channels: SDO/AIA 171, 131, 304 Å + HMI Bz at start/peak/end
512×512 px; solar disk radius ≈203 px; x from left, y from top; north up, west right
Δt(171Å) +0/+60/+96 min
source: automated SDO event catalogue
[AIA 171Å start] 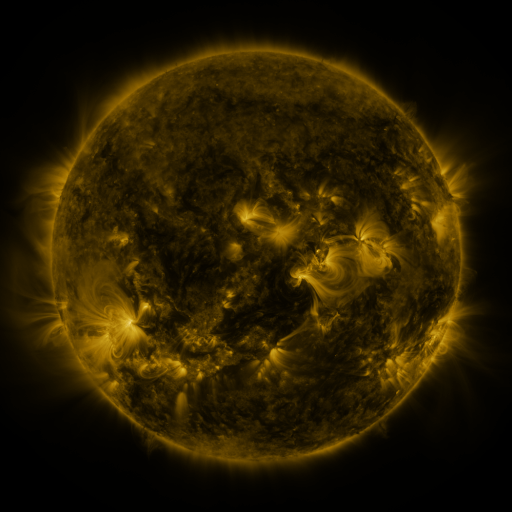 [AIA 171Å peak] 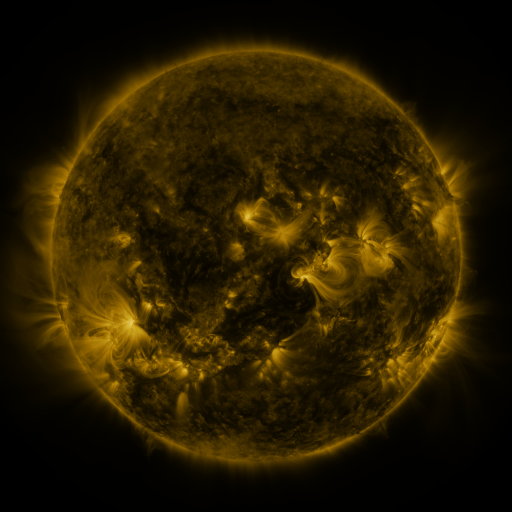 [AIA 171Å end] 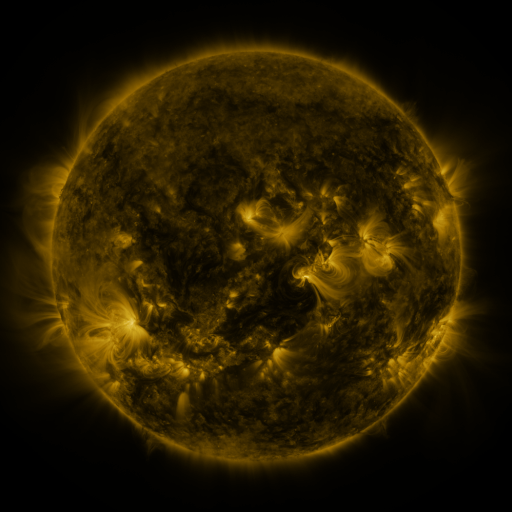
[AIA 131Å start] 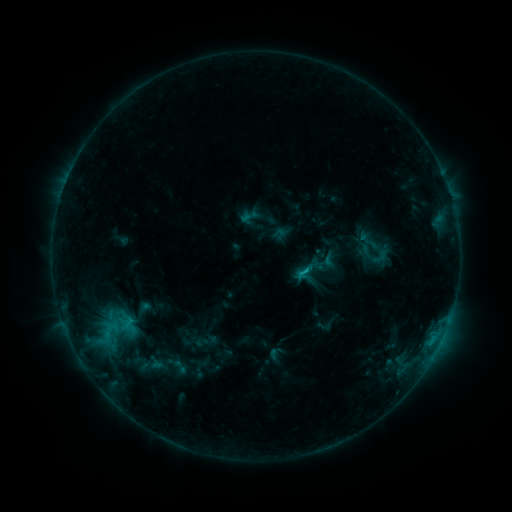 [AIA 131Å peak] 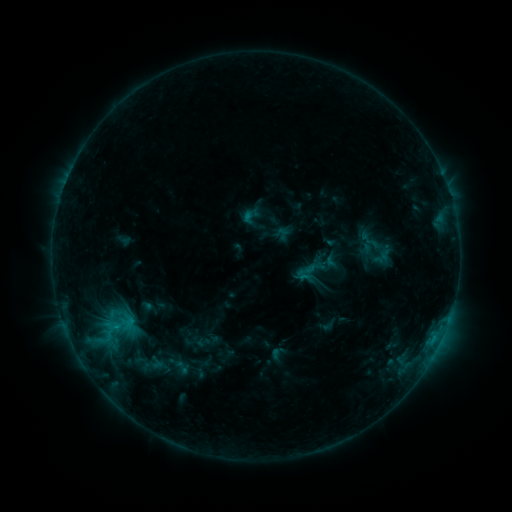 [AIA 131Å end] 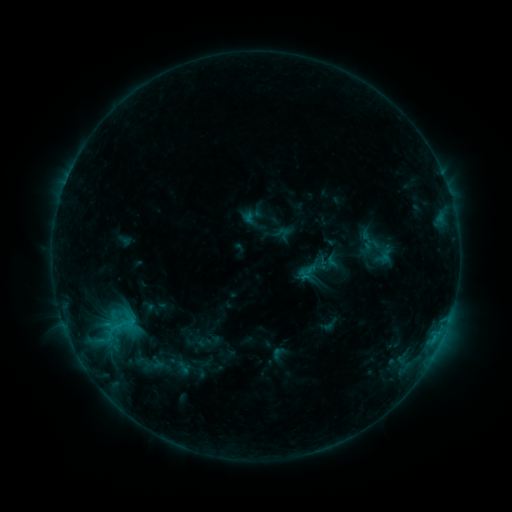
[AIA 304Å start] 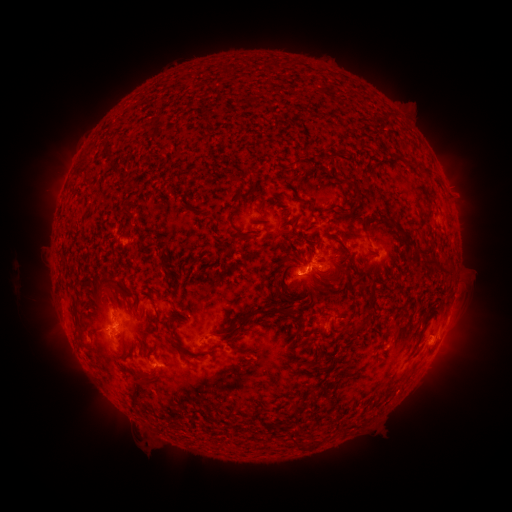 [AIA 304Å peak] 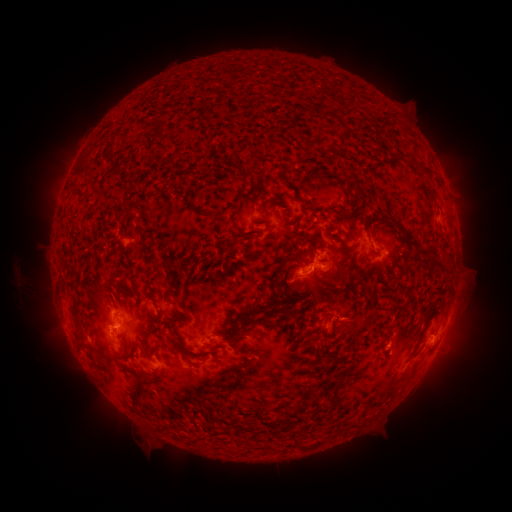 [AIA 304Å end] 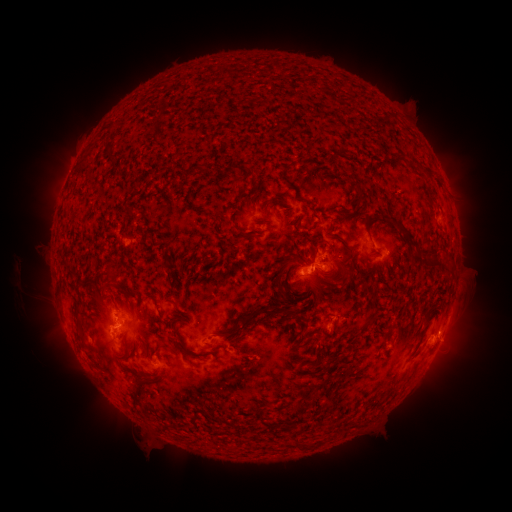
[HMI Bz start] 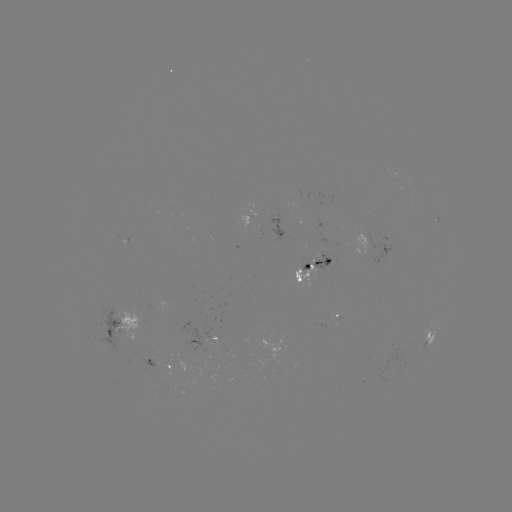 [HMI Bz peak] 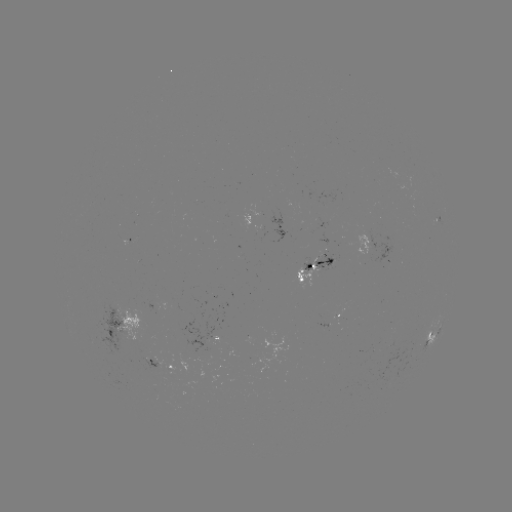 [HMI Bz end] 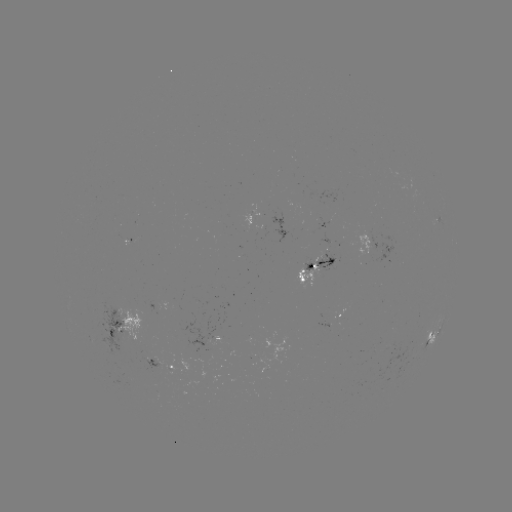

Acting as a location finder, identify emerging-flux region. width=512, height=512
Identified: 258,223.